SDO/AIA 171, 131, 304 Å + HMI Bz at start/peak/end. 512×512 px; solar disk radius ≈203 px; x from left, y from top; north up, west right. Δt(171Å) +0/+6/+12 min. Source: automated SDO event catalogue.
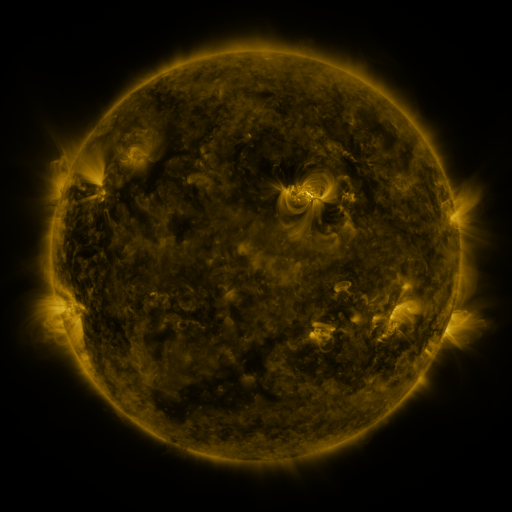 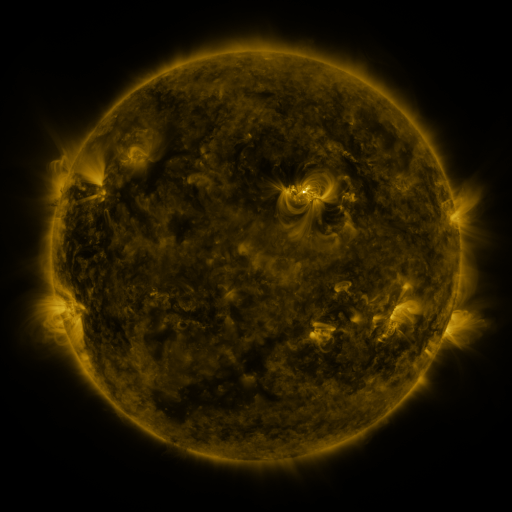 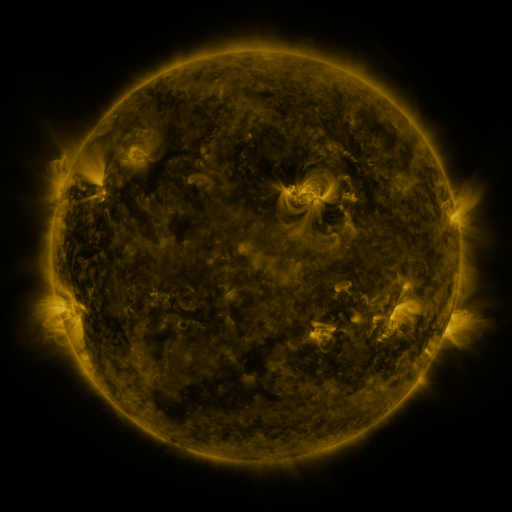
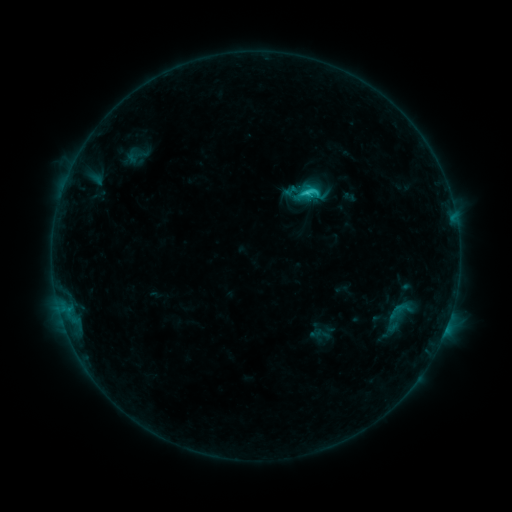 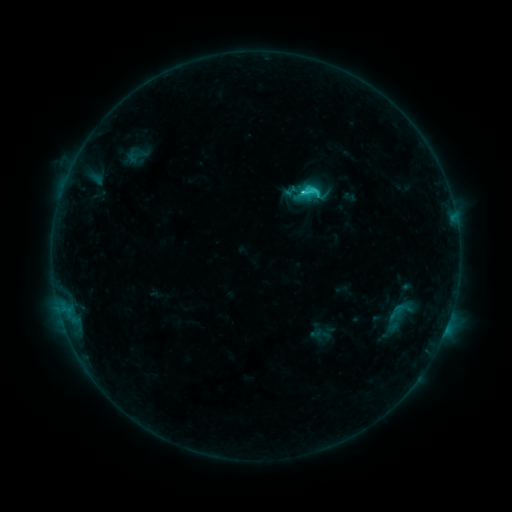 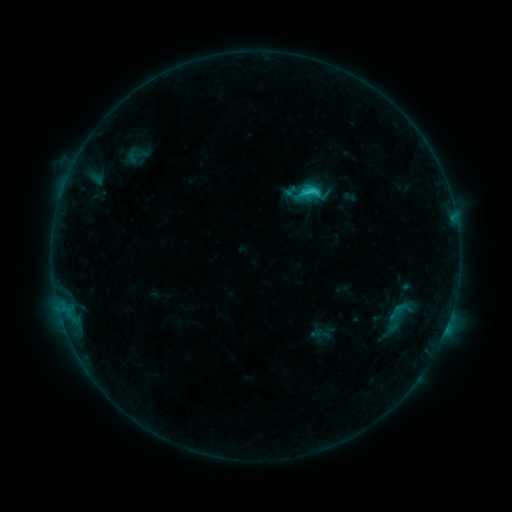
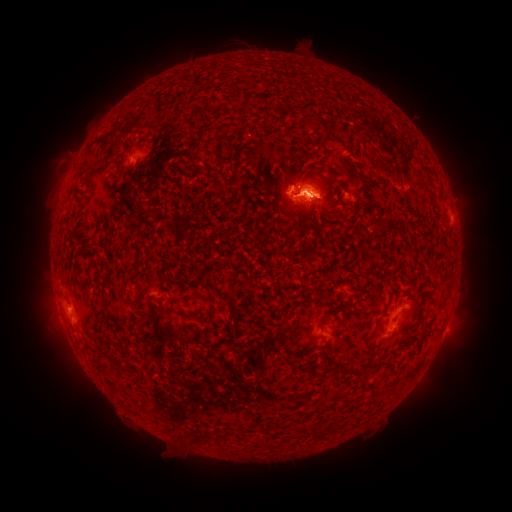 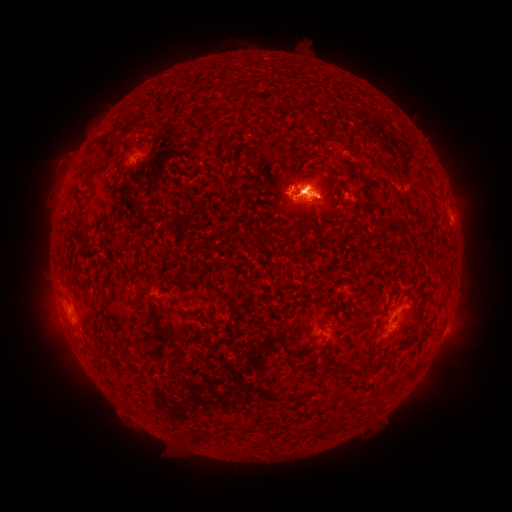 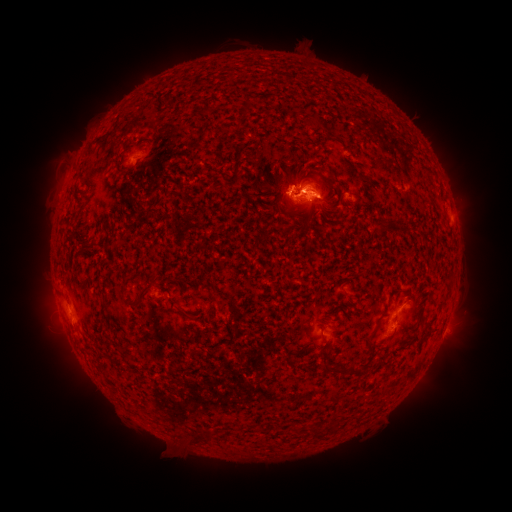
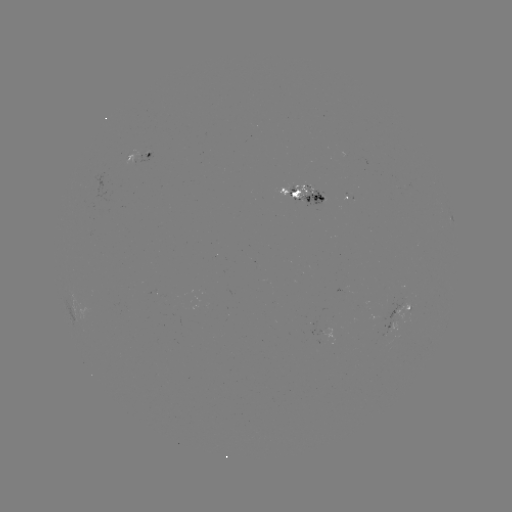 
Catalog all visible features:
C2.5 flare: (304, 193)
